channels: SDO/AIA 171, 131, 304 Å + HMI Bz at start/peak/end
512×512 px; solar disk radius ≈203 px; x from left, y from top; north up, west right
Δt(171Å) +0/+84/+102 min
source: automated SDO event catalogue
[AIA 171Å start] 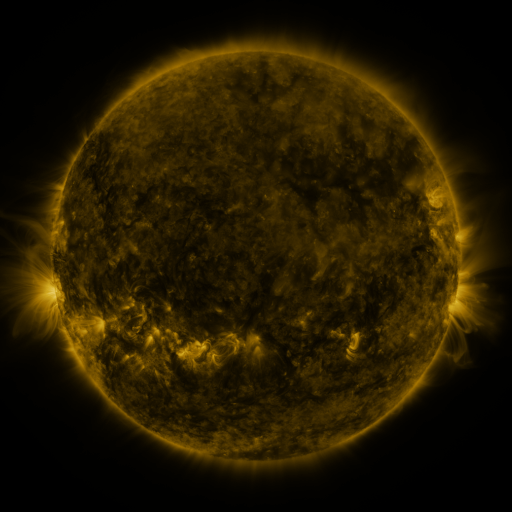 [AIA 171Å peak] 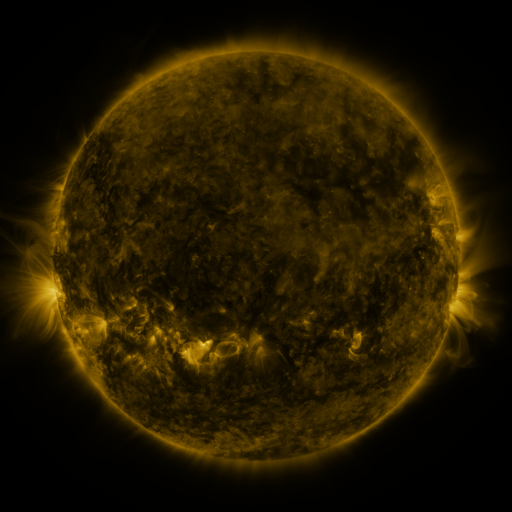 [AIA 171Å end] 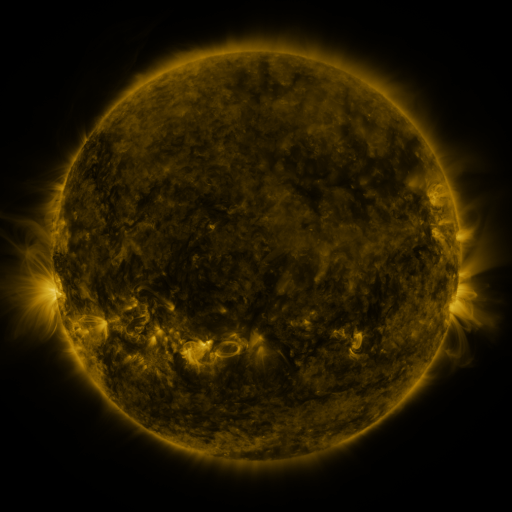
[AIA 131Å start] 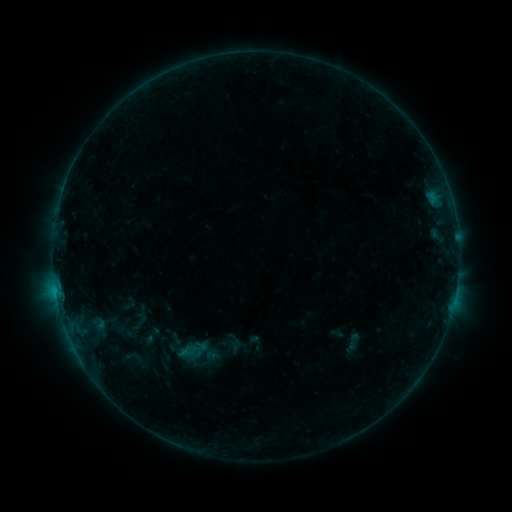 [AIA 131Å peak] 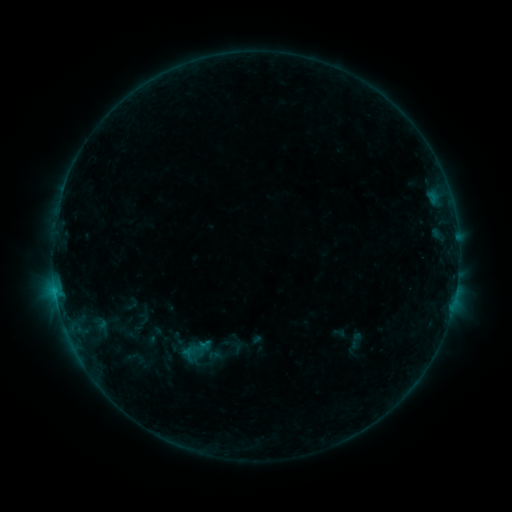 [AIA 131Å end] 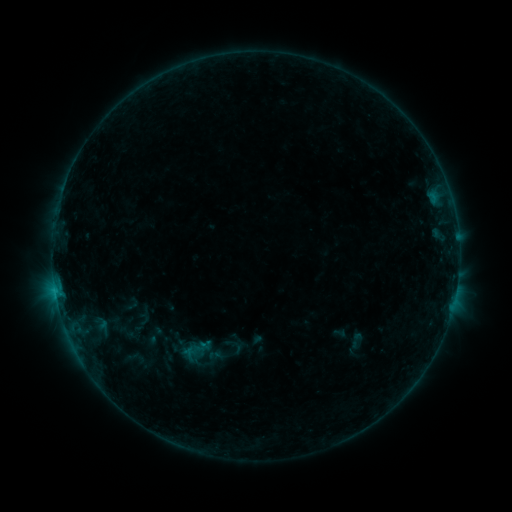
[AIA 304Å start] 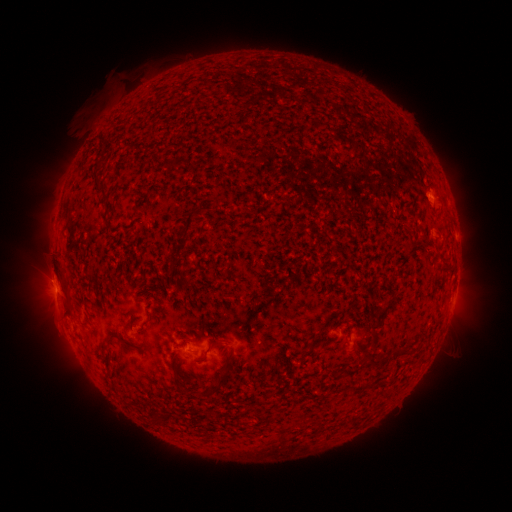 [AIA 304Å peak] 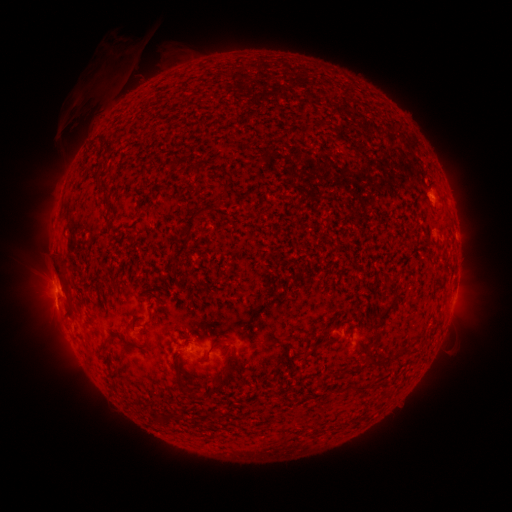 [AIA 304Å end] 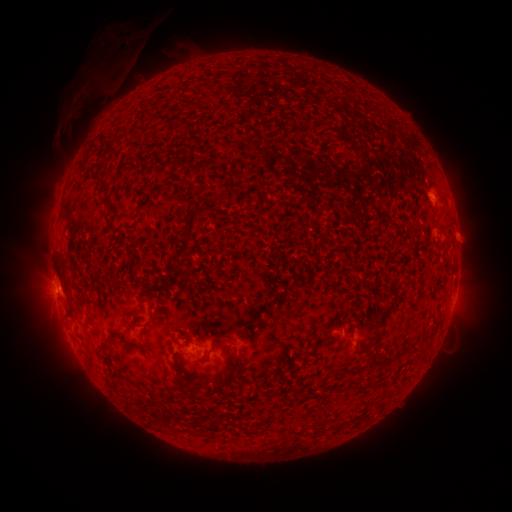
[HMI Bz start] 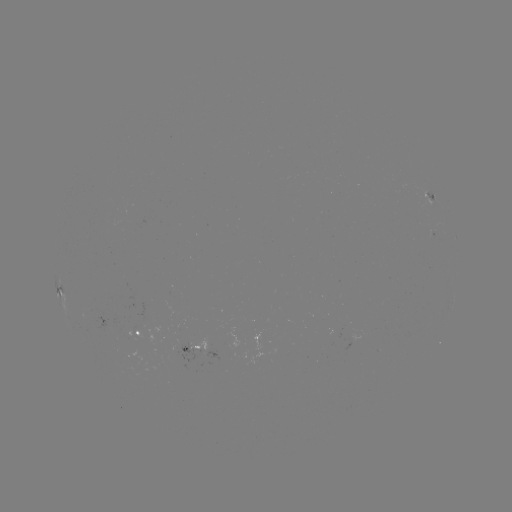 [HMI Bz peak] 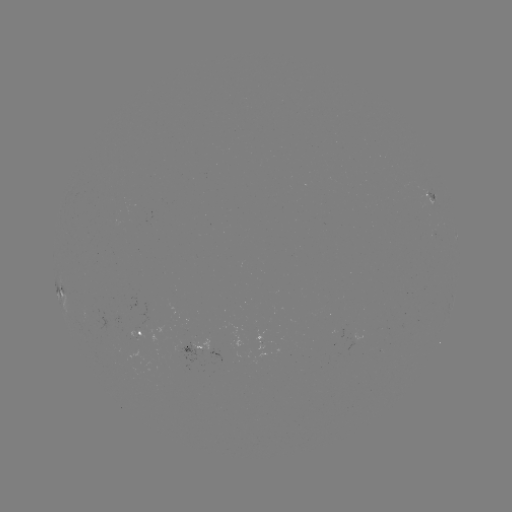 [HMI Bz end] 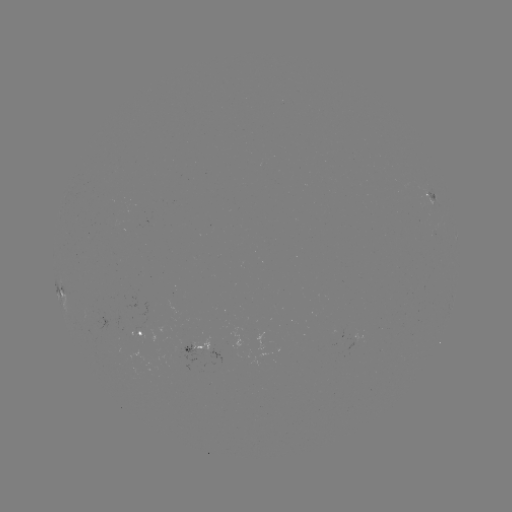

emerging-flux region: [127, 328, 146, 340]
